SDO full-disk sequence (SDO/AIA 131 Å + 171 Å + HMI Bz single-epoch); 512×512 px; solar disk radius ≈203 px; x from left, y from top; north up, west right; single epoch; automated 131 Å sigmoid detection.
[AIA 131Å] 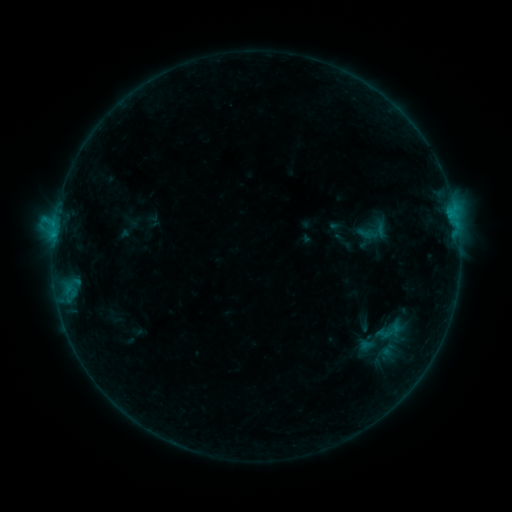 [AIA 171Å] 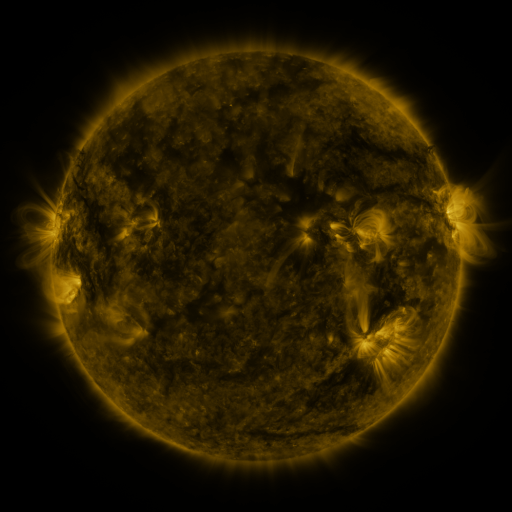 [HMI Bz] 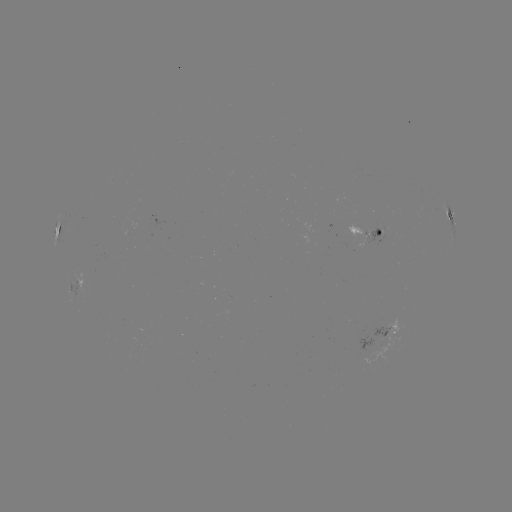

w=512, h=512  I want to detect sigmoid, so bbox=[383, 322, 401, 340].